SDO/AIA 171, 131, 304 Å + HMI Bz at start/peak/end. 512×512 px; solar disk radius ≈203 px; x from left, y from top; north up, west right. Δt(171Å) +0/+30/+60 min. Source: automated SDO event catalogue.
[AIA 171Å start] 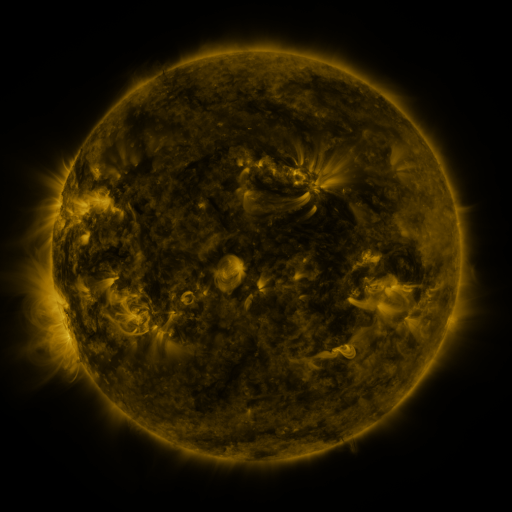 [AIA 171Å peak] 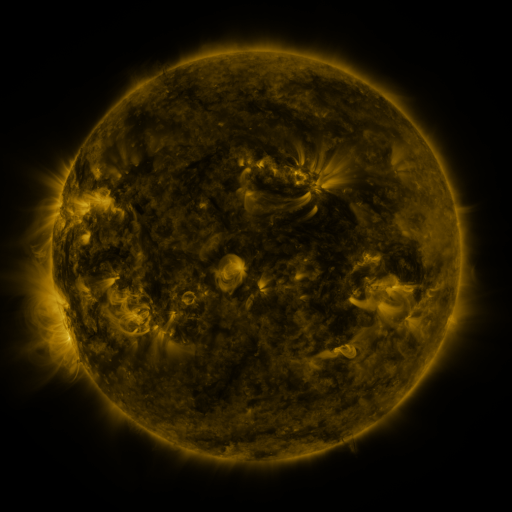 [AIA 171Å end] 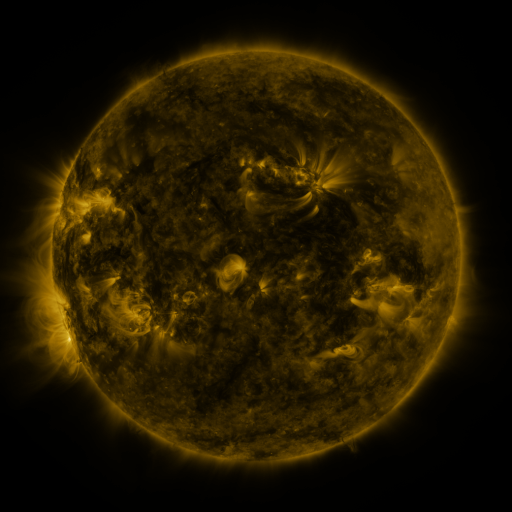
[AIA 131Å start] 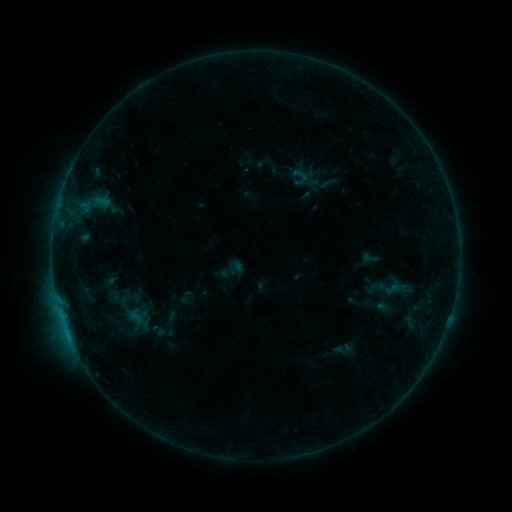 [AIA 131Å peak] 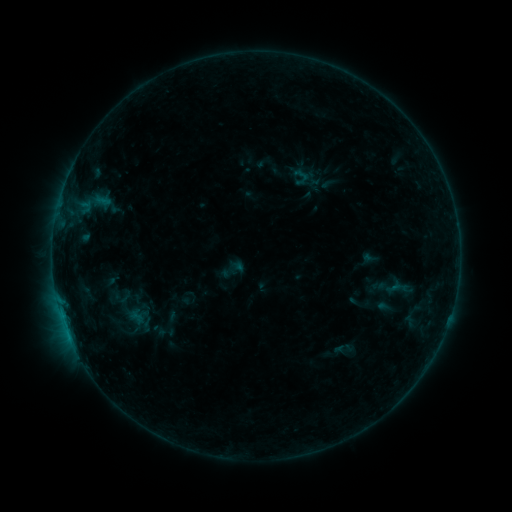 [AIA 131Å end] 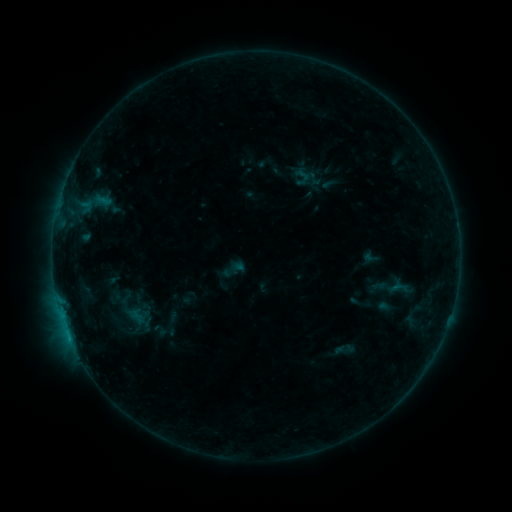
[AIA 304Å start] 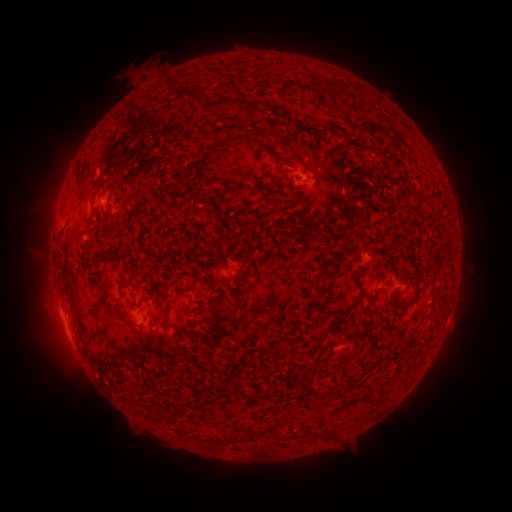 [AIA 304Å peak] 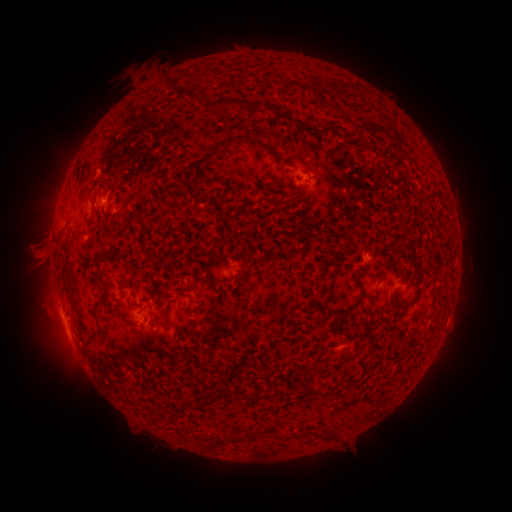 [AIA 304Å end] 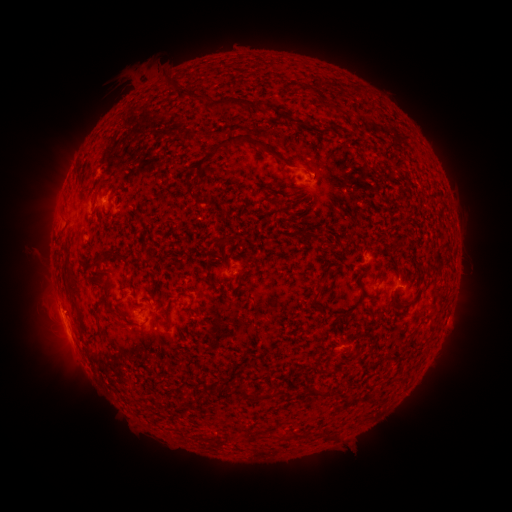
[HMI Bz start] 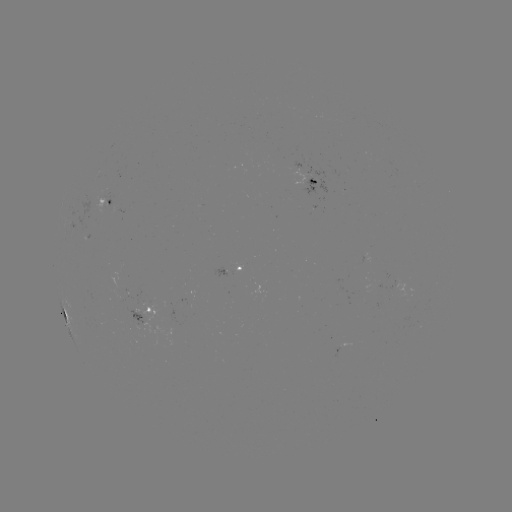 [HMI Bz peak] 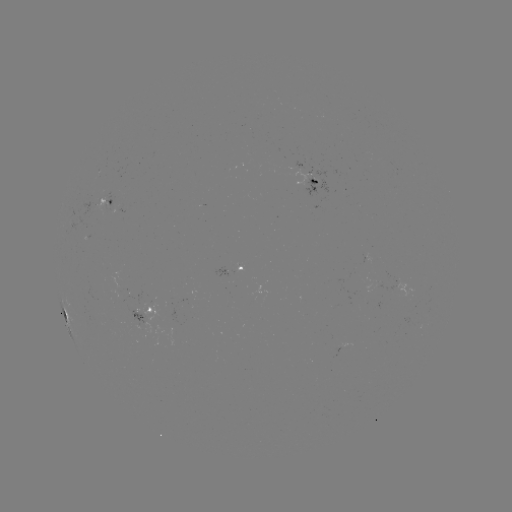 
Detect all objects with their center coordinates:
B3.5 flare: (69, 333)
